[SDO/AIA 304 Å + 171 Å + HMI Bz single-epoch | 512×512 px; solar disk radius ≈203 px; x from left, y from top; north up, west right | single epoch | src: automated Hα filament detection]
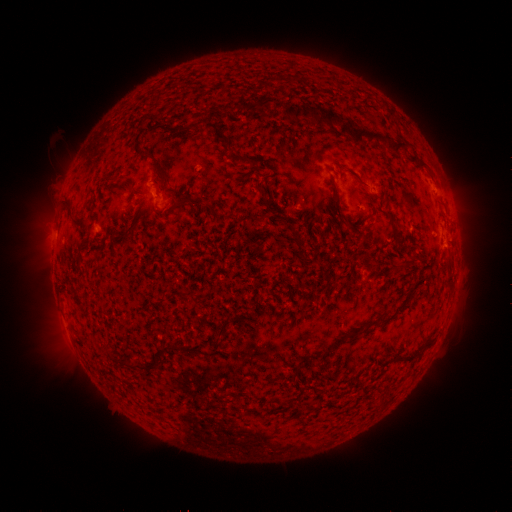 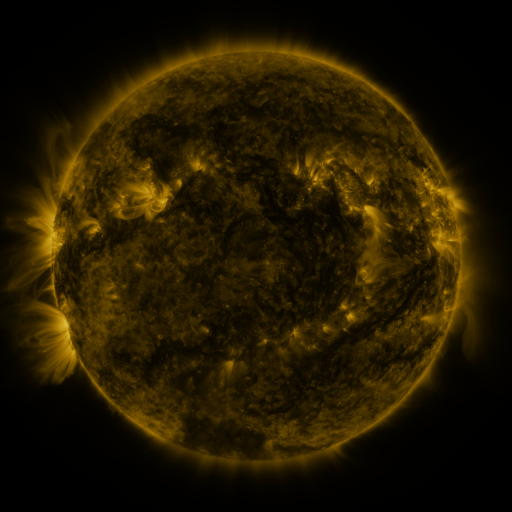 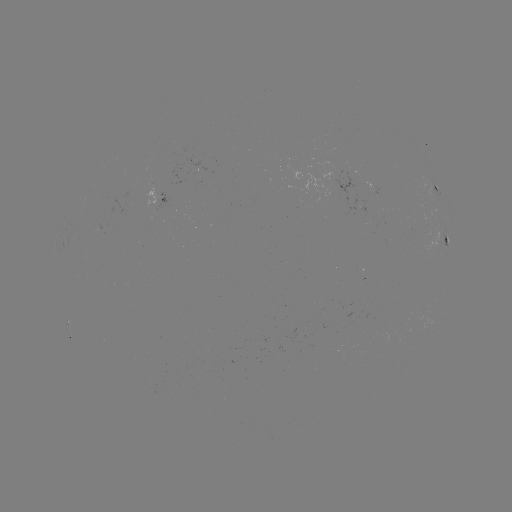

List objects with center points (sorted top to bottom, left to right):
filament: [260, 97, 274, 109]
filament: [287, 105, 294, 116]
filament: [294, 106, 319, 122]
filament: [322, 111, 341, 131]
filament: [204, 120, 228, 144]
filament: [340, 123, 351, 136]
filament: [348, 127, 386, 145]
filament: [391, 143, 409, 155]
filament: [239, 156, 252, 166]
filament: [334, 188, 342, 202]
filament: [190, 195, 206, 207]
filament: [176, 197, 186, 205]
filament: [263, 198, 272, 210]
filament: [71, 217, 86, 228]
filament: [120, 224, 136, 238]
filament: [296, 236, 304, 252]
filament: [215, 313, 235, 340]
filament: [348, 327, 361, 339]
filament: [331, 337, 343, 347]
filament: [118, 354, 150, 370]
